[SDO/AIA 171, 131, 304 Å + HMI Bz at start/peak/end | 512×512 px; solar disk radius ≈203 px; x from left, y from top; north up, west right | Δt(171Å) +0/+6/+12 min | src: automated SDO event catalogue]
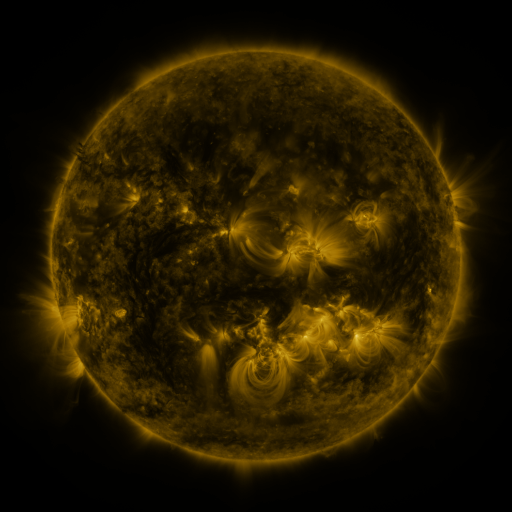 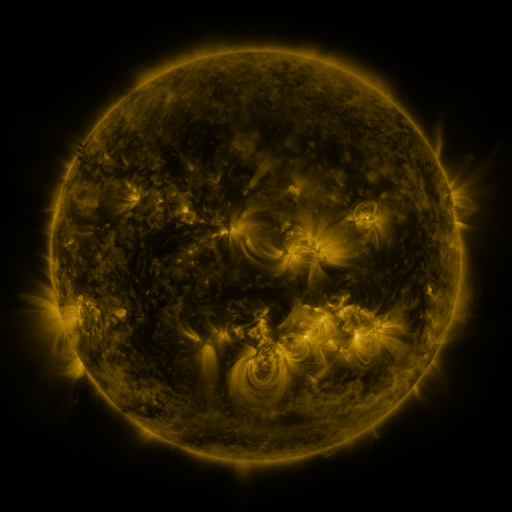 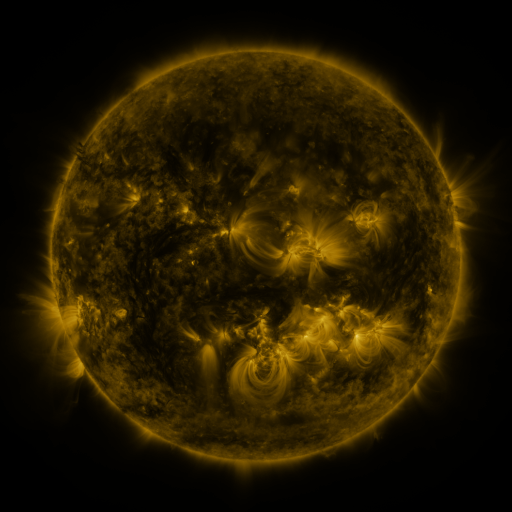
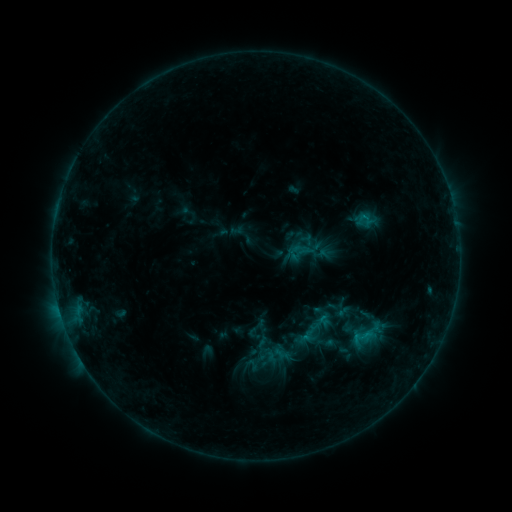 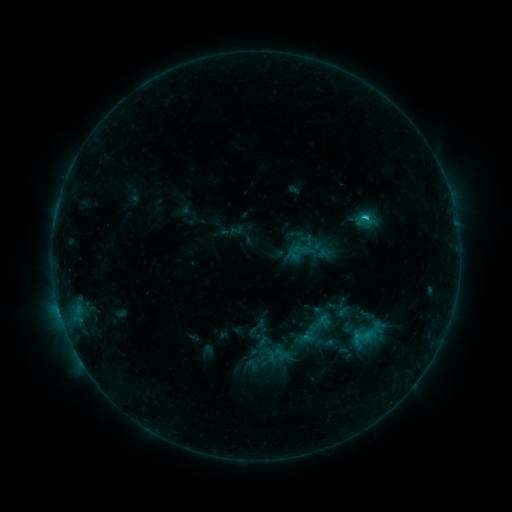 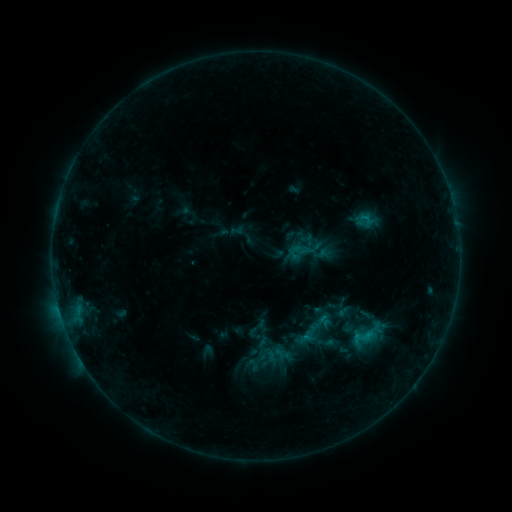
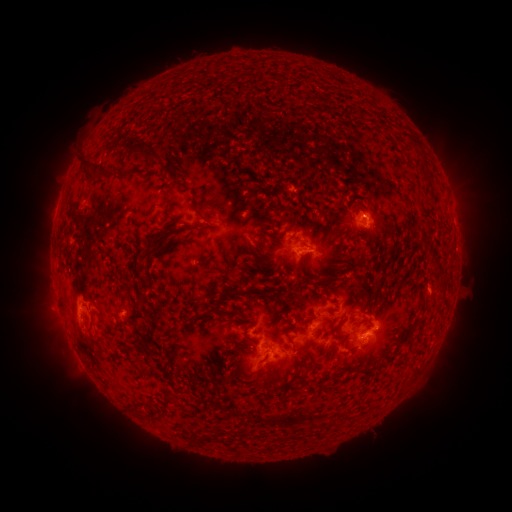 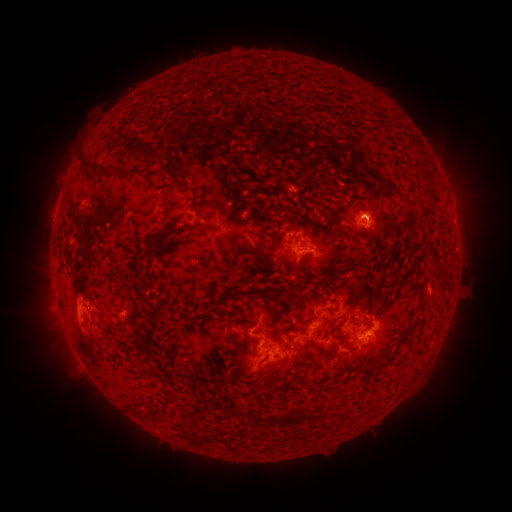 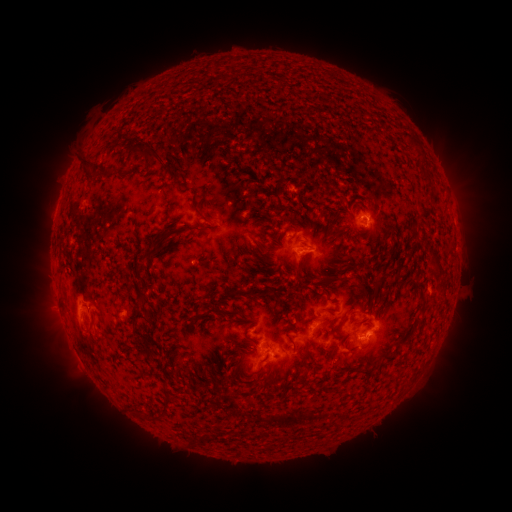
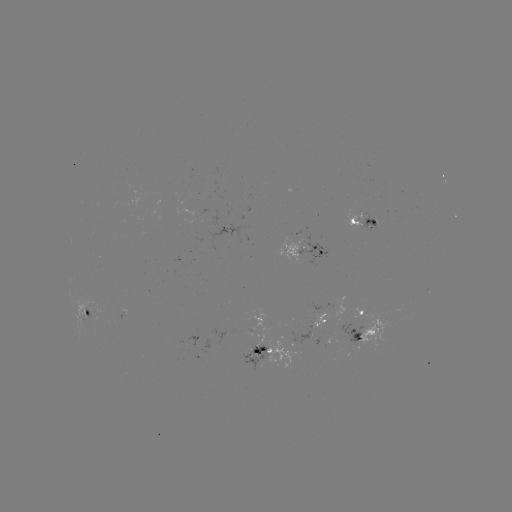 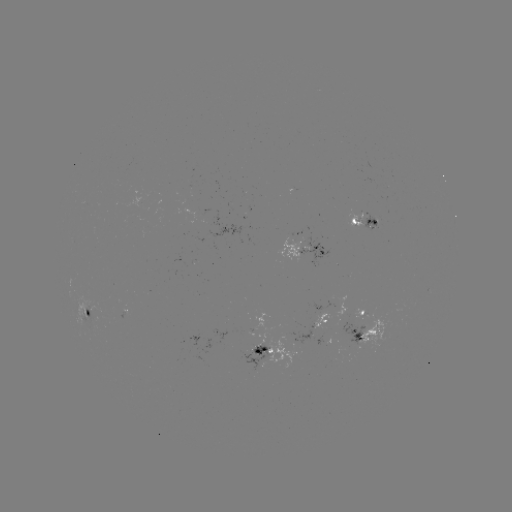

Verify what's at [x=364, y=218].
C1.0 flare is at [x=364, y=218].